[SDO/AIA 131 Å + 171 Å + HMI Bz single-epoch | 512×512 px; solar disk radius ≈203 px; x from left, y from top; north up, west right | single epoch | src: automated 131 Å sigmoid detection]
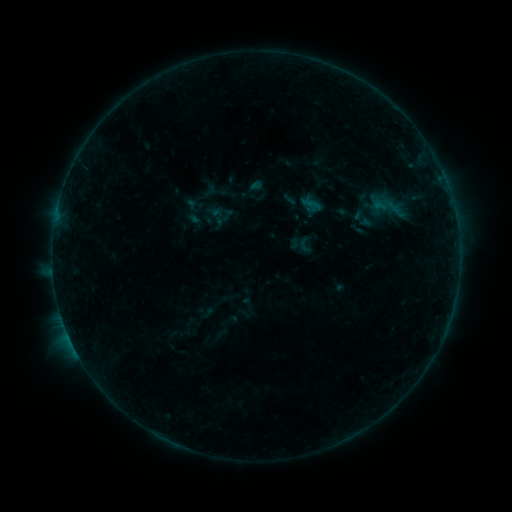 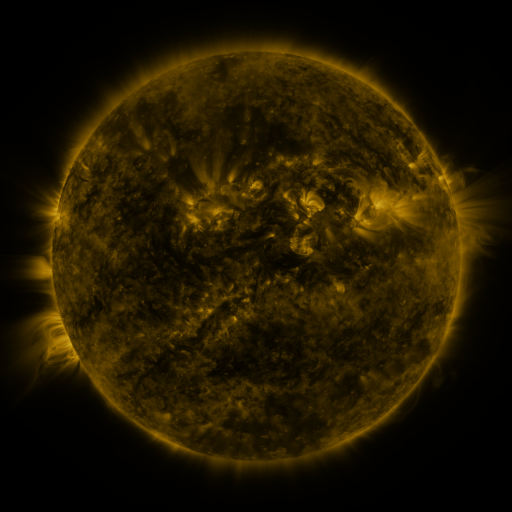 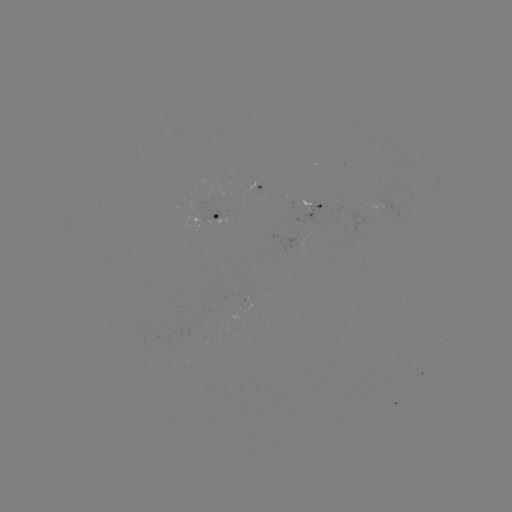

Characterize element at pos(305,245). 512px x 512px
sigmoid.